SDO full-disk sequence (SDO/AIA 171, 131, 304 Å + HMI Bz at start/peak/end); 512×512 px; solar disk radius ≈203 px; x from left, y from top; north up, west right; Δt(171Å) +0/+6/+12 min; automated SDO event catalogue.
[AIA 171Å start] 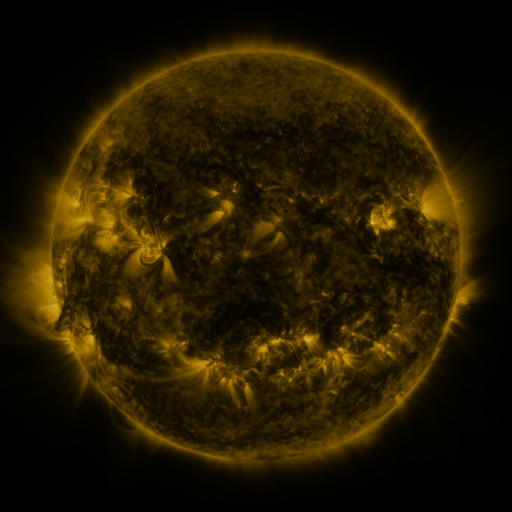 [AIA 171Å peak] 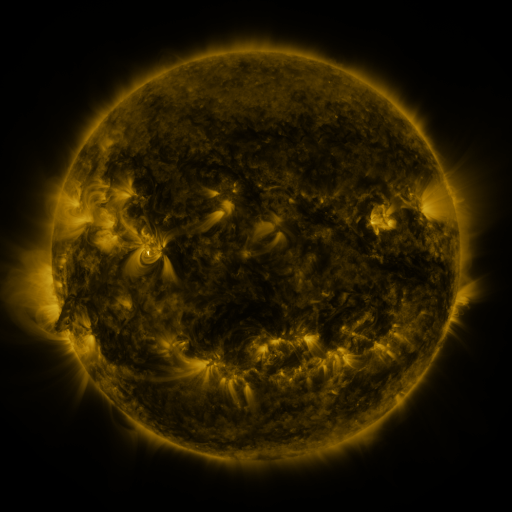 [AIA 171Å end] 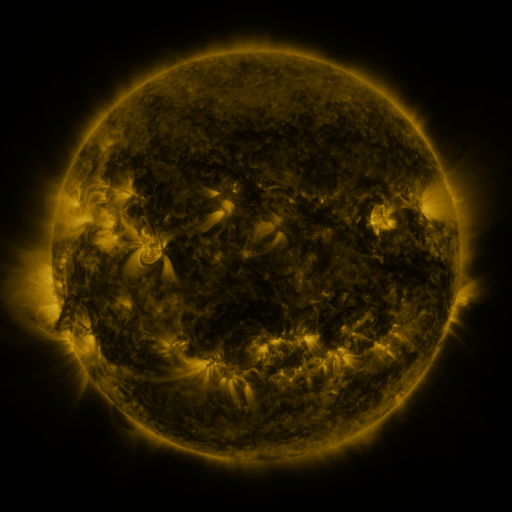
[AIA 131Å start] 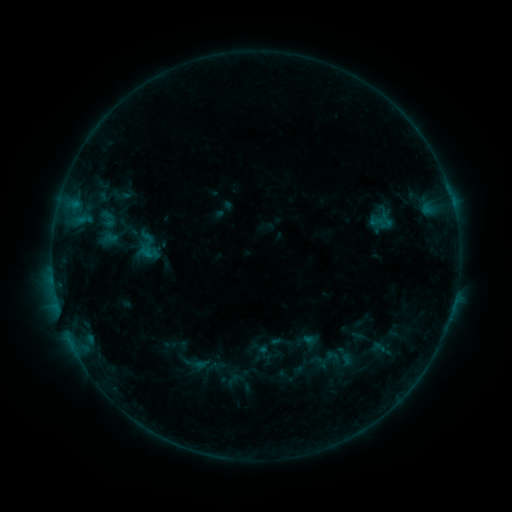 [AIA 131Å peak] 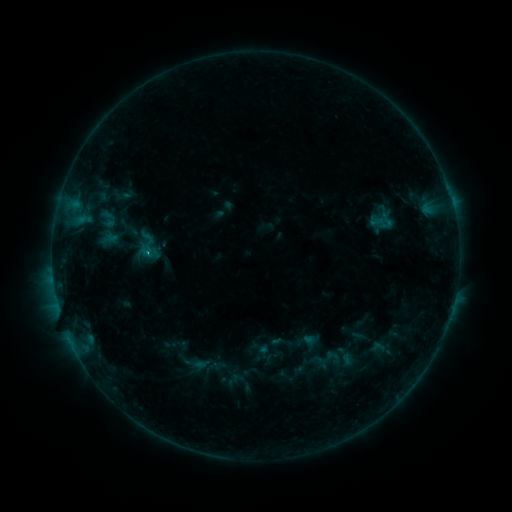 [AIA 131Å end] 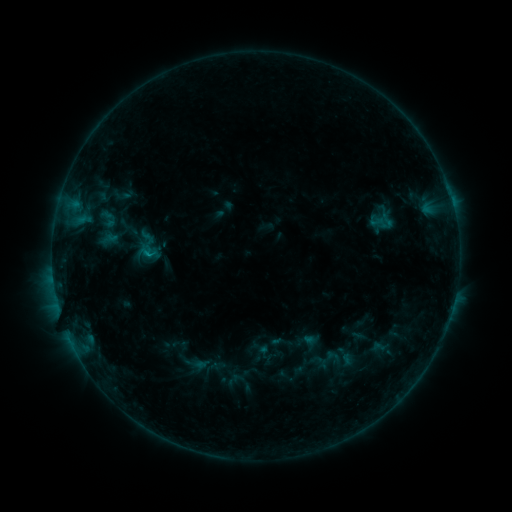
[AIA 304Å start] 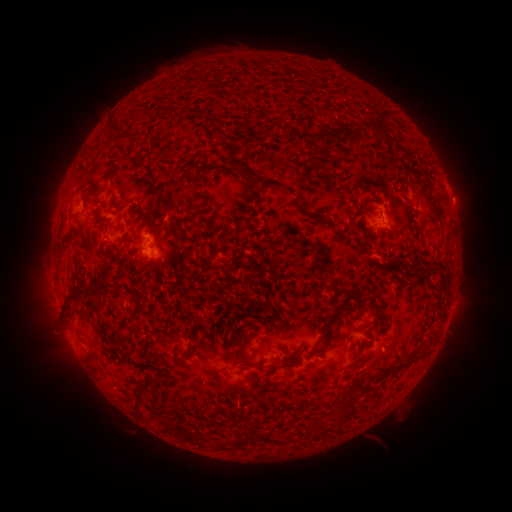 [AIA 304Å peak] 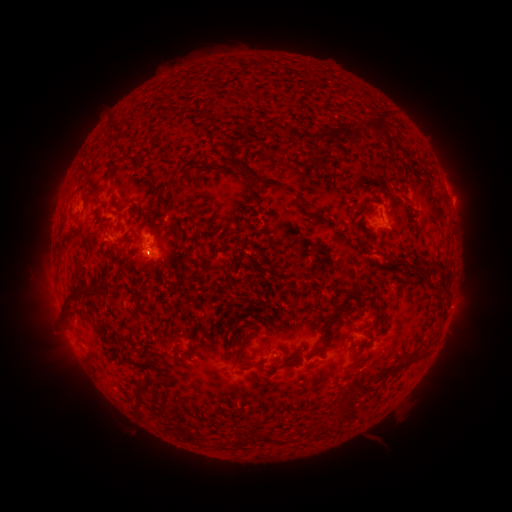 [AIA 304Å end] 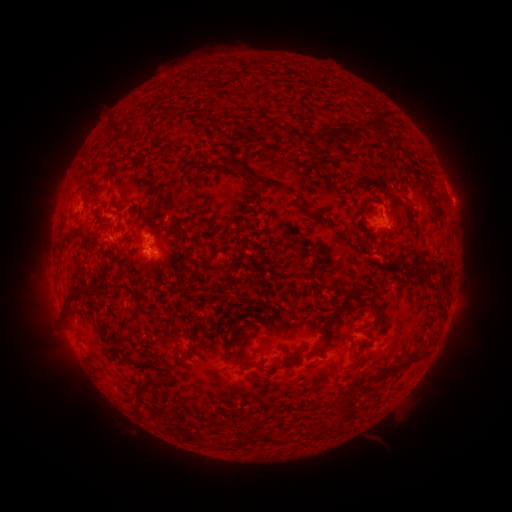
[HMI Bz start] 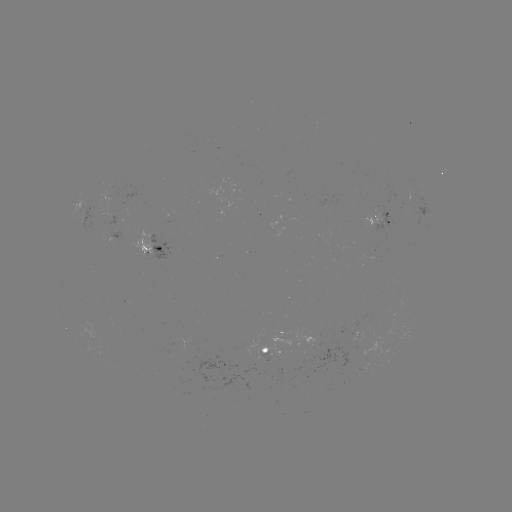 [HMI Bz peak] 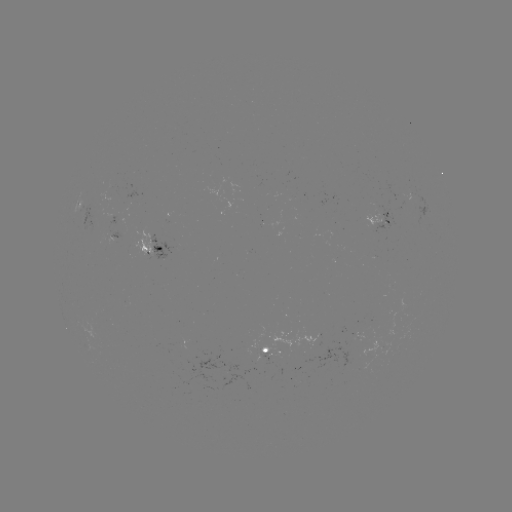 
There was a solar flare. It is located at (151, 252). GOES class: B4.3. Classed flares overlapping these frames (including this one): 1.